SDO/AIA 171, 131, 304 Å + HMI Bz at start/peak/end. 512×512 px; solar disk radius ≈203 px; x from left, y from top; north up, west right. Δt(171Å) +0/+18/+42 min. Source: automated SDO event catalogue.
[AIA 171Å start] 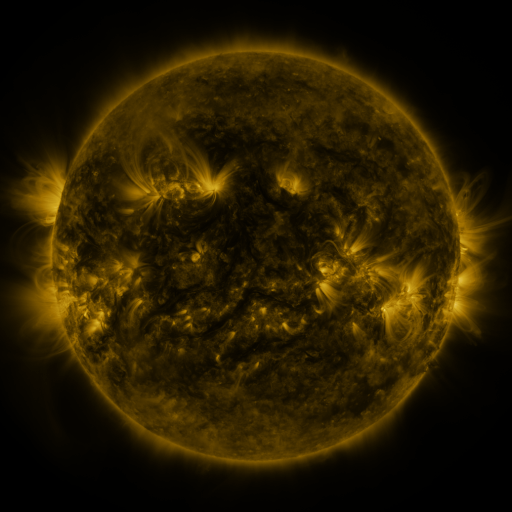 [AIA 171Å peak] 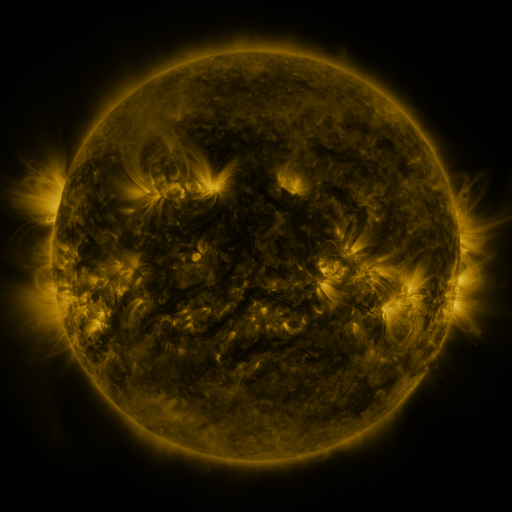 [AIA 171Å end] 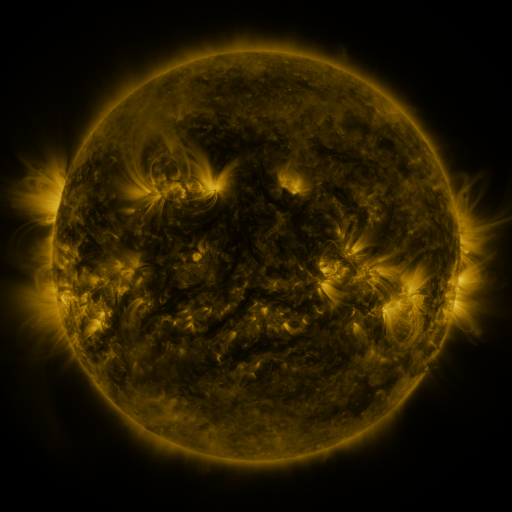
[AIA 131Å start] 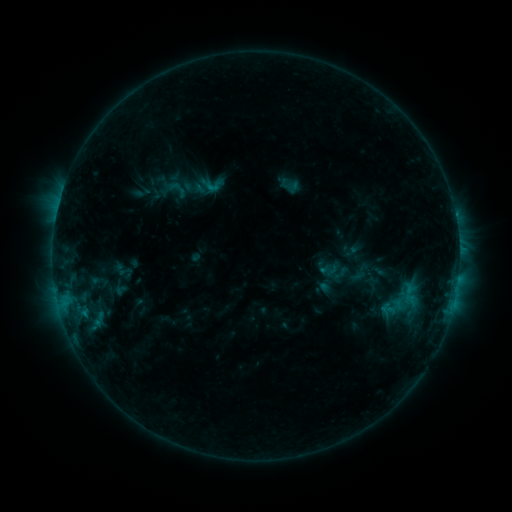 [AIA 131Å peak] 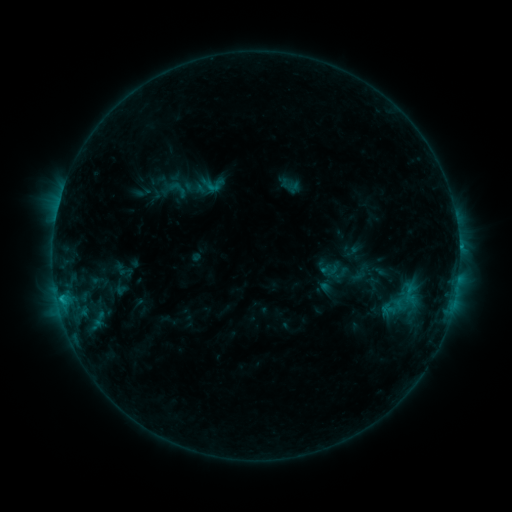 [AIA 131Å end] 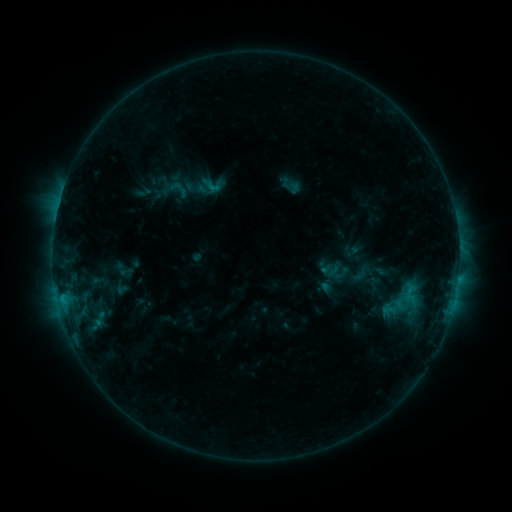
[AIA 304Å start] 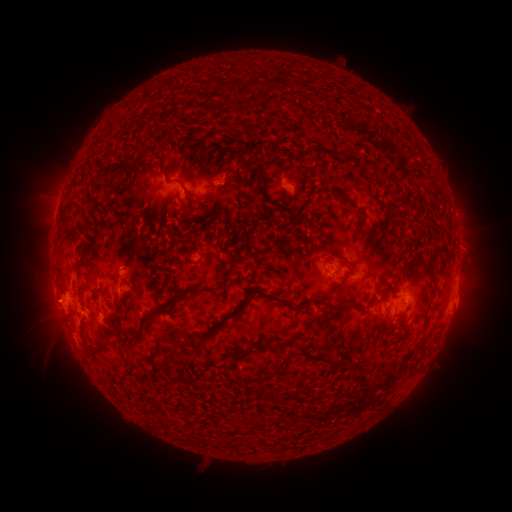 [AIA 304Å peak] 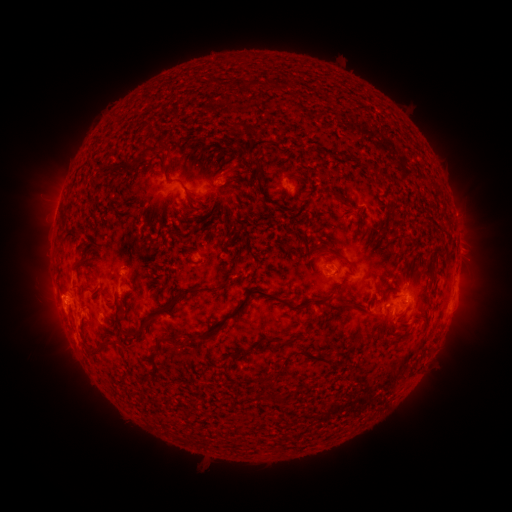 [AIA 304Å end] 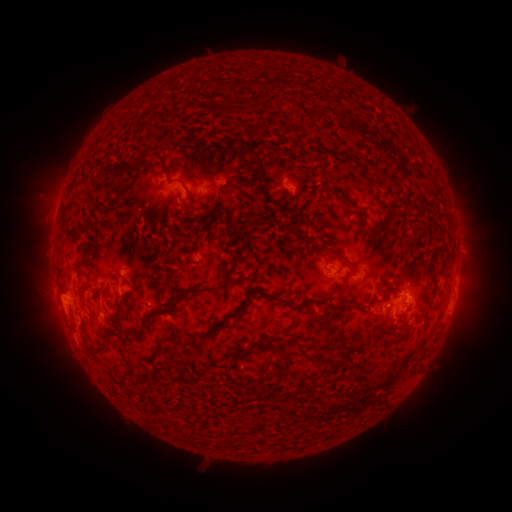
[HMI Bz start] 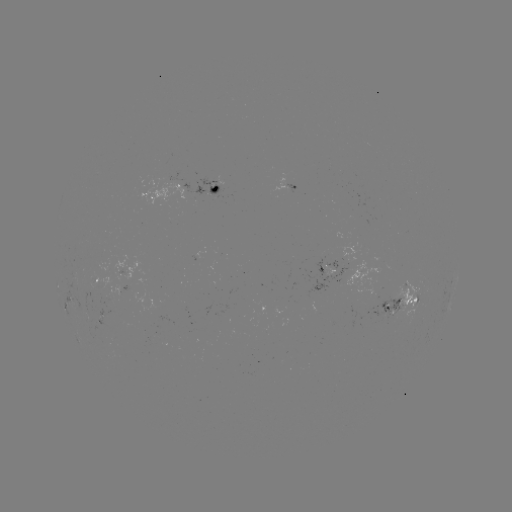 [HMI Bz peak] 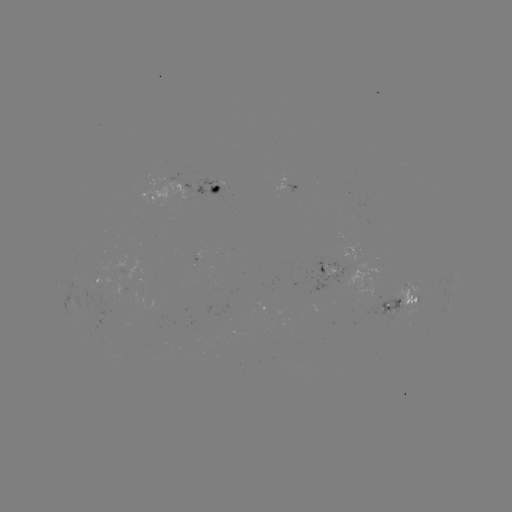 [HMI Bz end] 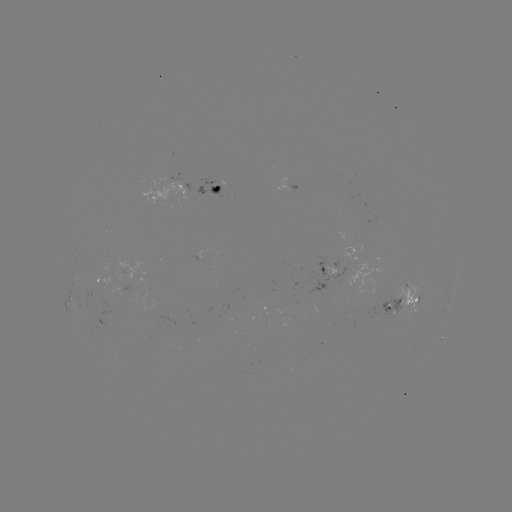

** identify C1.2 flare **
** (60, 297) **